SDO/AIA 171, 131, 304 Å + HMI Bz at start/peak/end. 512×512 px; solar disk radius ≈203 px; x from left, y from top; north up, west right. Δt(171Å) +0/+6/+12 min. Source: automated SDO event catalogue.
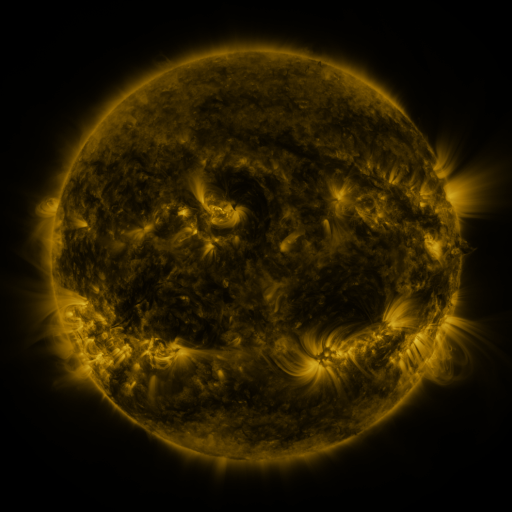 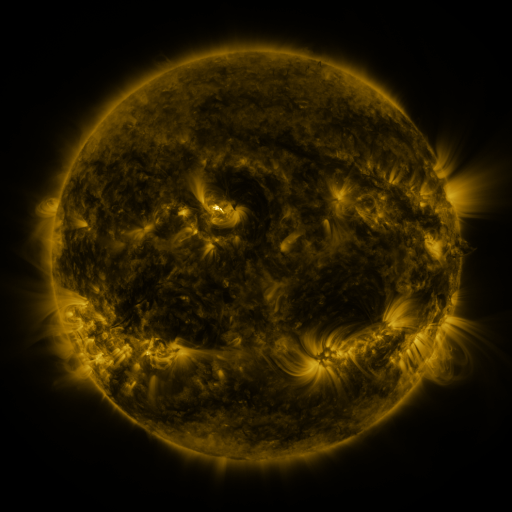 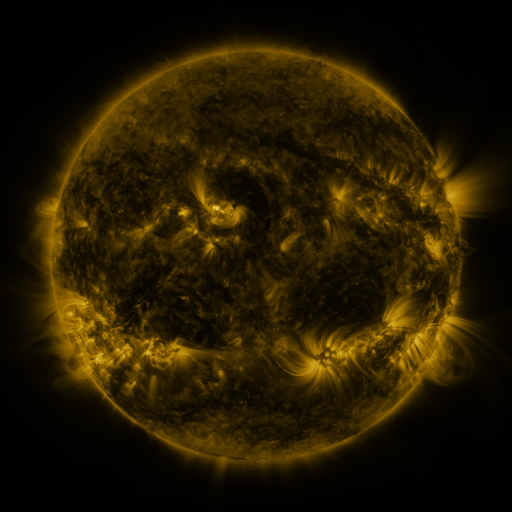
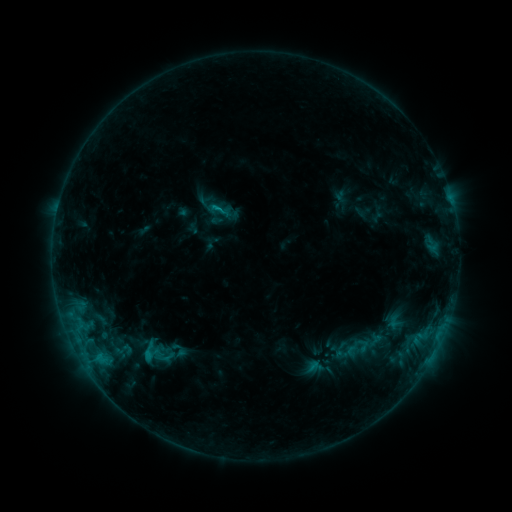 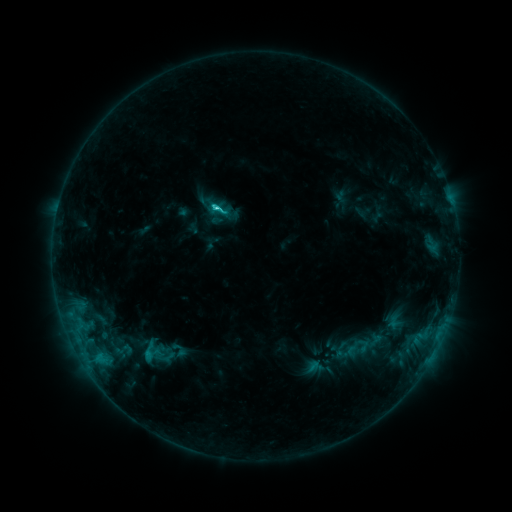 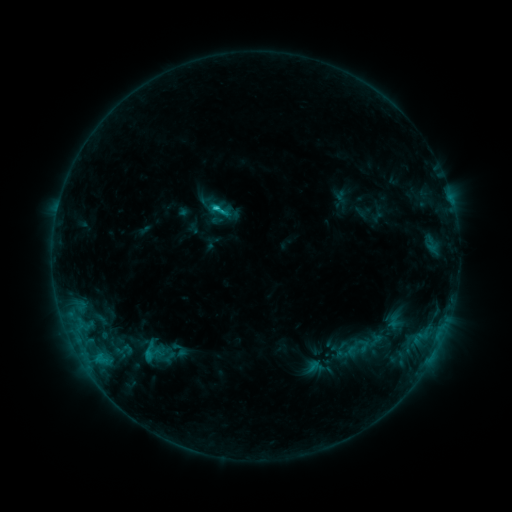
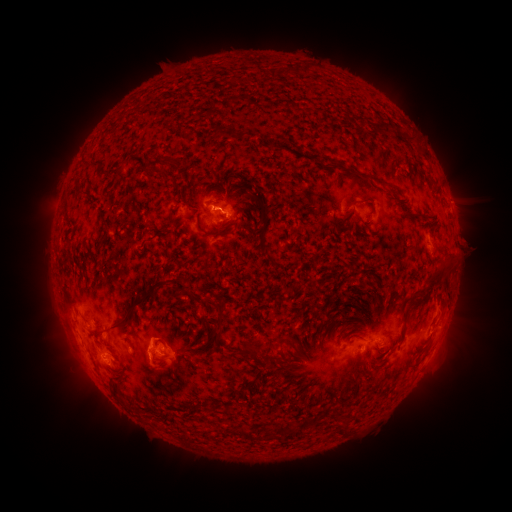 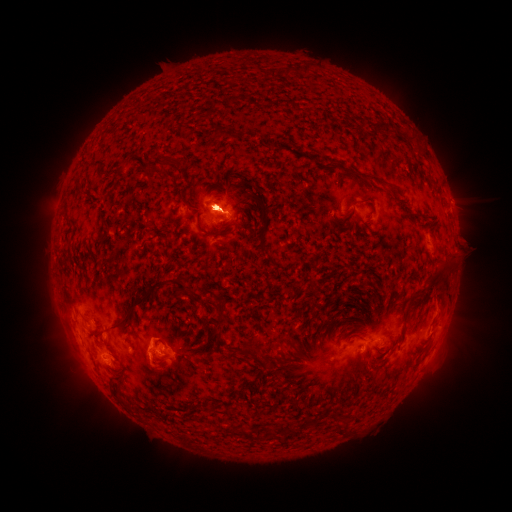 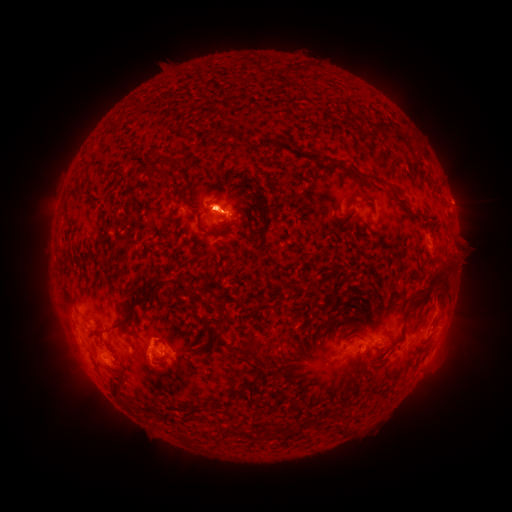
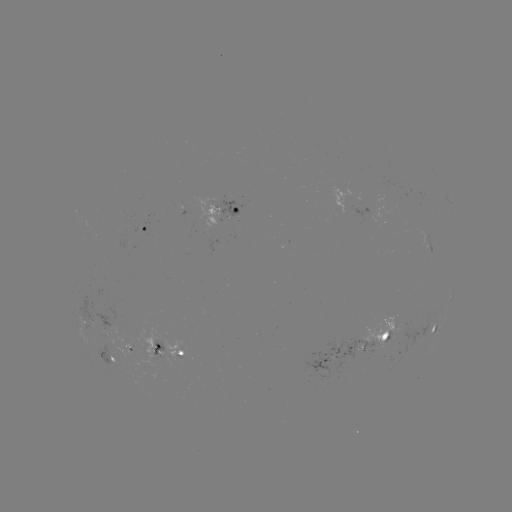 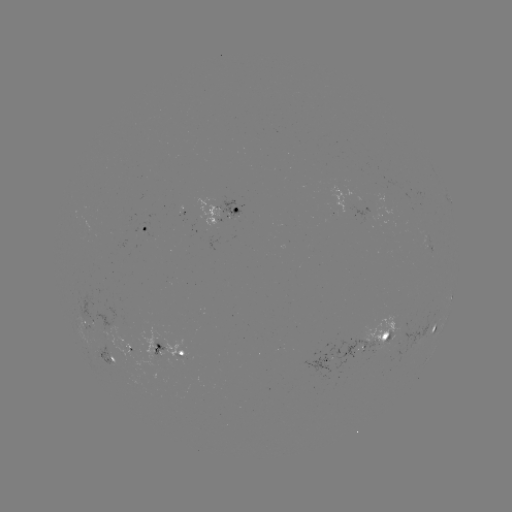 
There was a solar eruption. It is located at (462, 218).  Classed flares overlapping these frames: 1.